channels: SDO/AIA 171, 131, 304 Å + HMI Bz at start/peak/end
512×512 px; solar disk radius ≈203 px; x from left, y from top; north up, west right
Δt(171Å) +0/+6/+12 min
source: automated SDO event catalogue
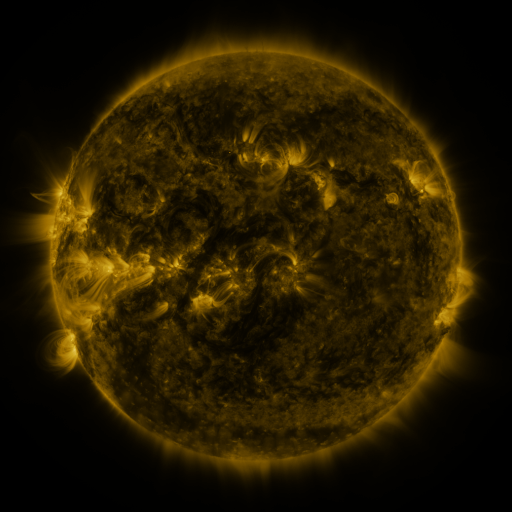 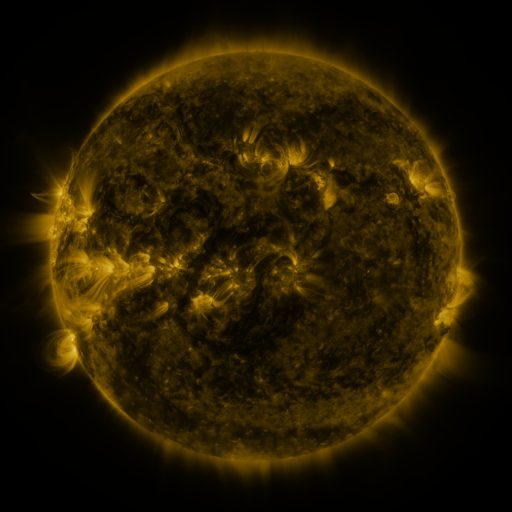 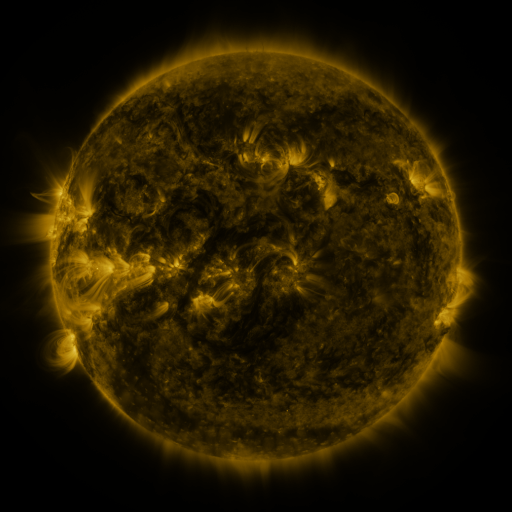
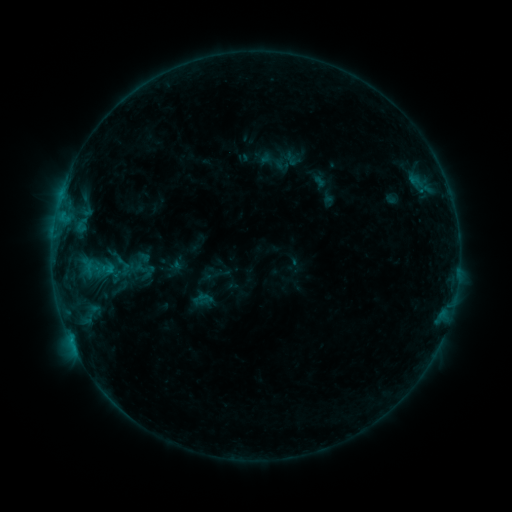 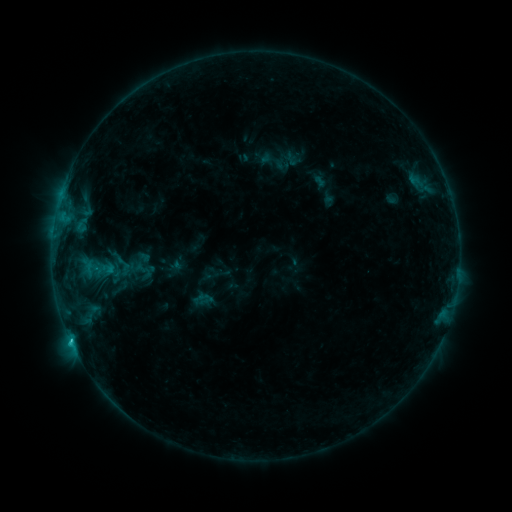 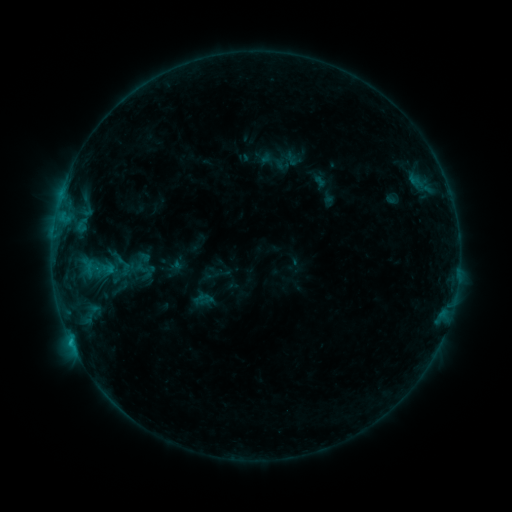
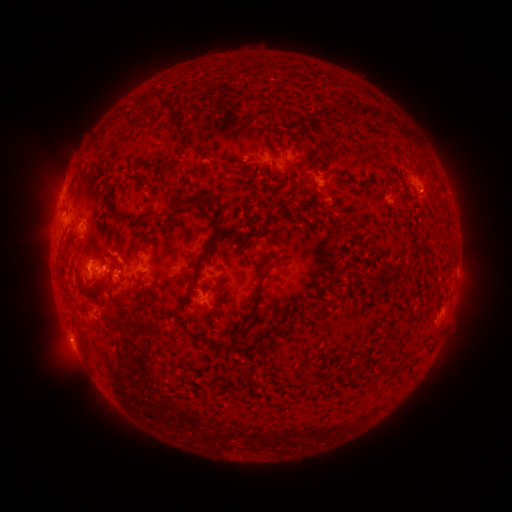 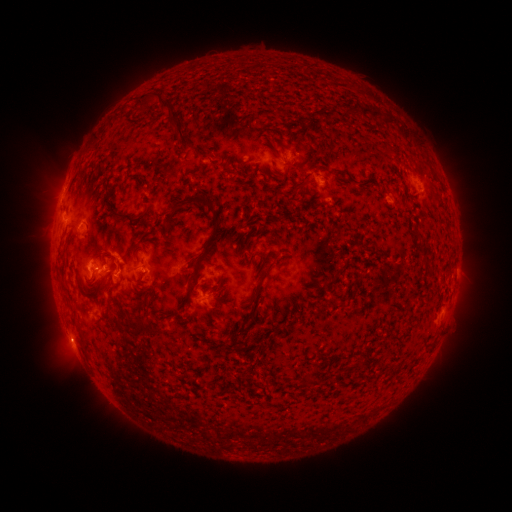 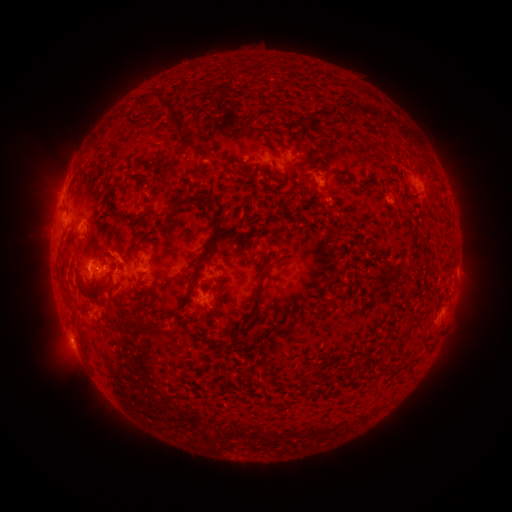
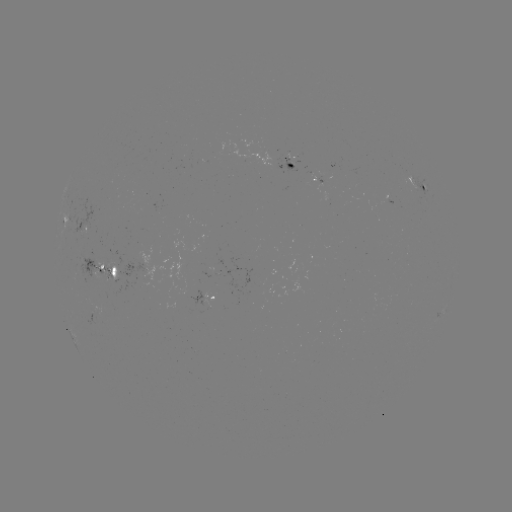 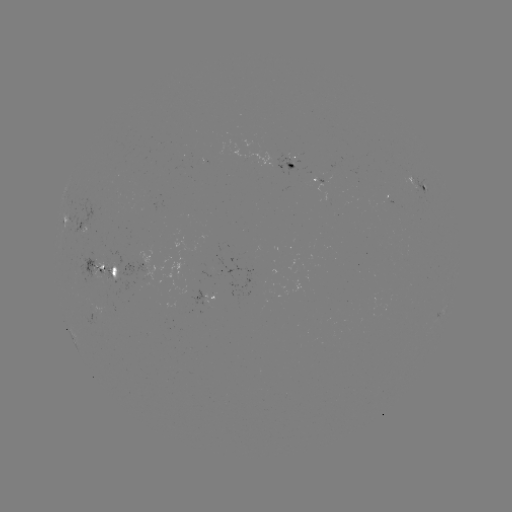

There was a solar flare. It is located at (72, 340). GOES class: C1.1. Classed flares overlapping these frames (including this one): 1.